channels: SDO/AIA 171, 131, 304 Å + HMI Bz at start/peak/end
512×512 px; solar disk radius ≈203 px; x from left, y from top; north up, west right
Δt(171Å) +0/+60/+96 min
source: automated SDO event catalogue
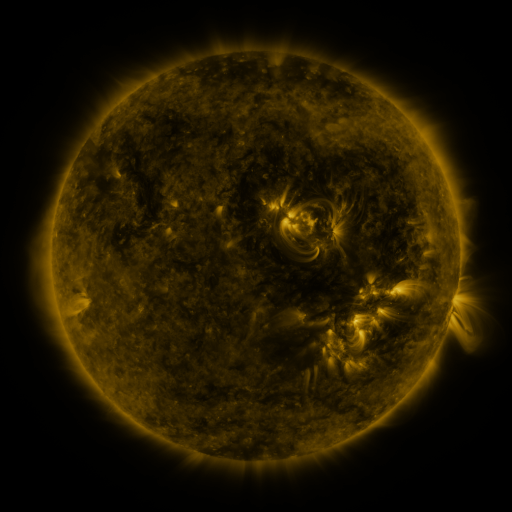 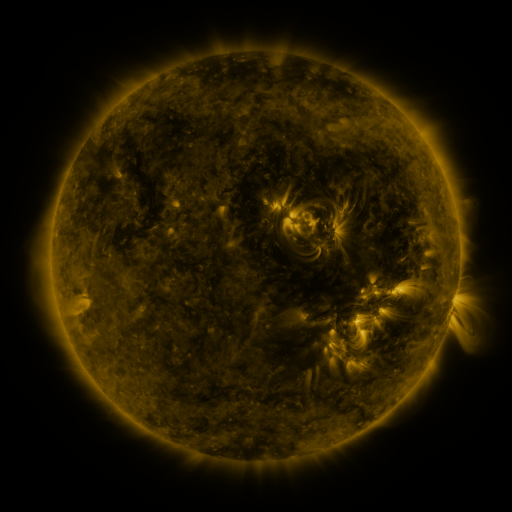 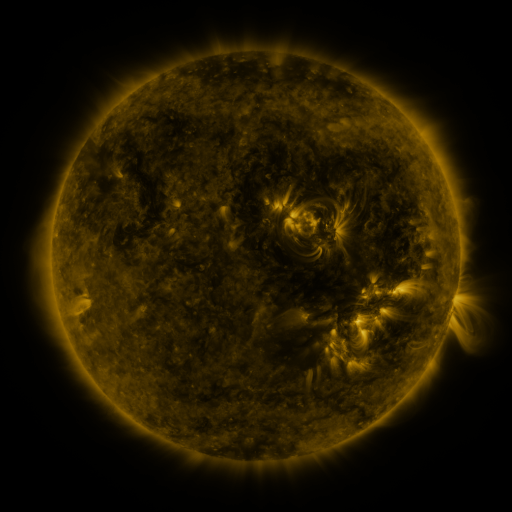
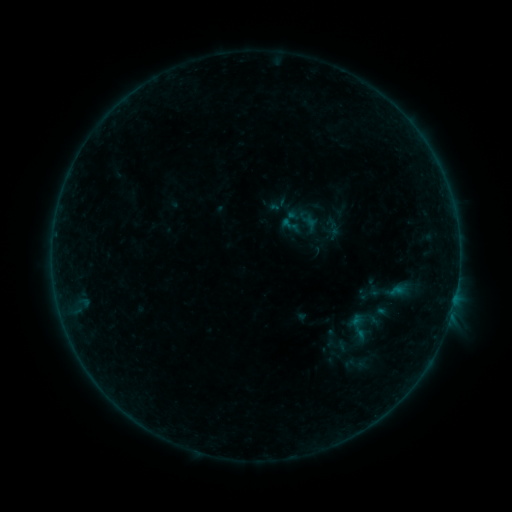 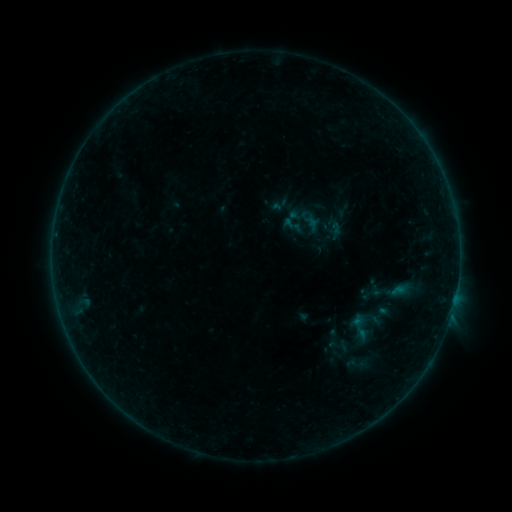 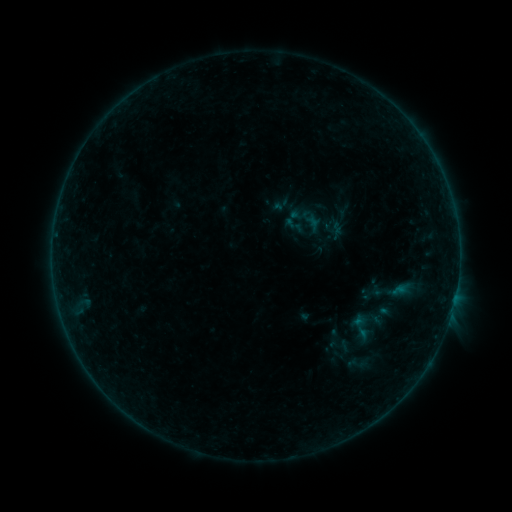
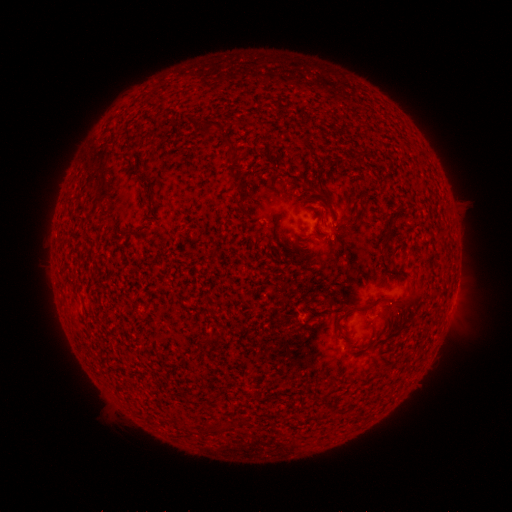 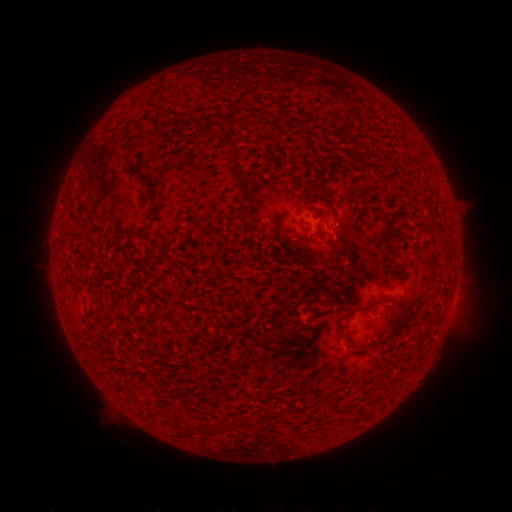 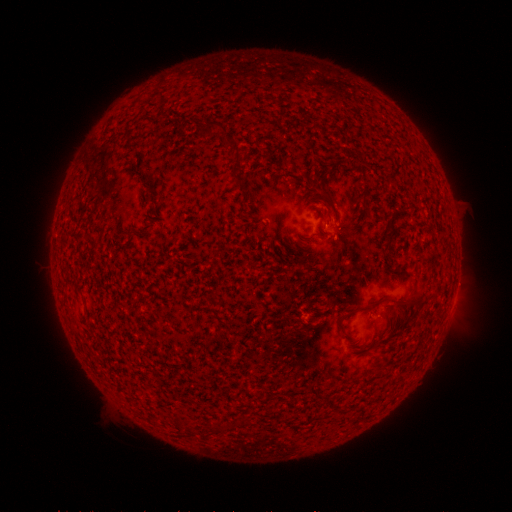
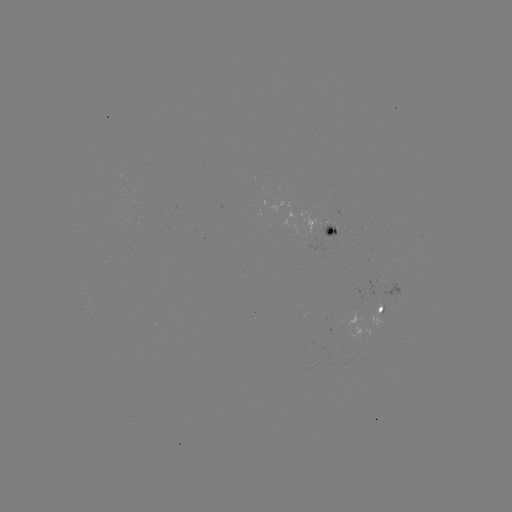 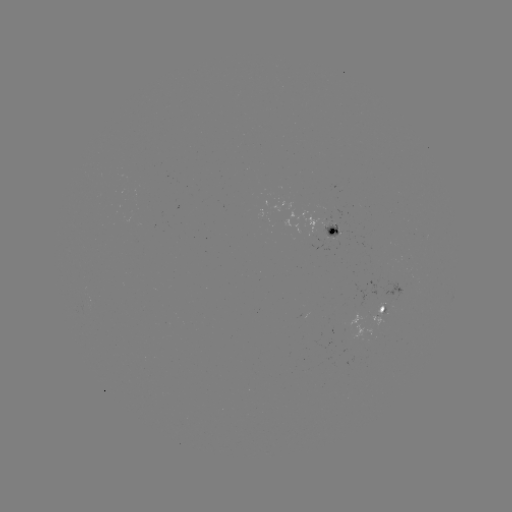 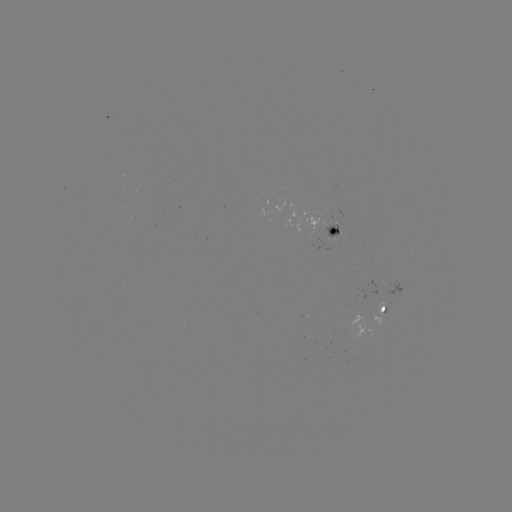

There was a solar emerging-flux region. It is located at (334, 234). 